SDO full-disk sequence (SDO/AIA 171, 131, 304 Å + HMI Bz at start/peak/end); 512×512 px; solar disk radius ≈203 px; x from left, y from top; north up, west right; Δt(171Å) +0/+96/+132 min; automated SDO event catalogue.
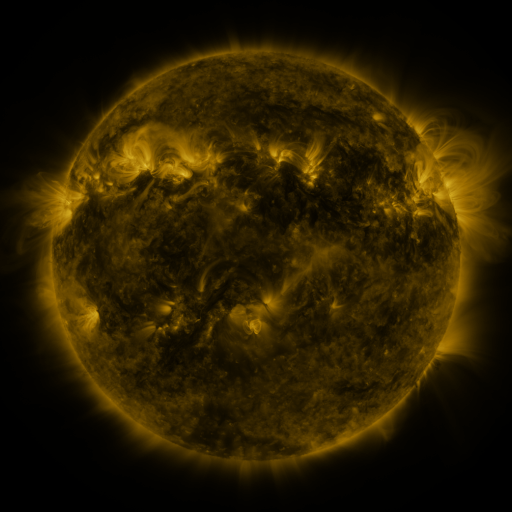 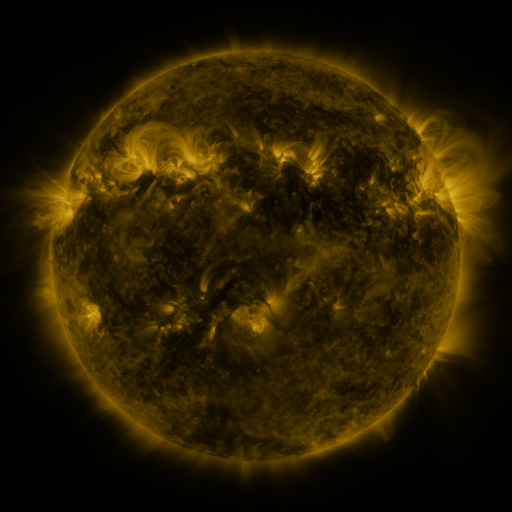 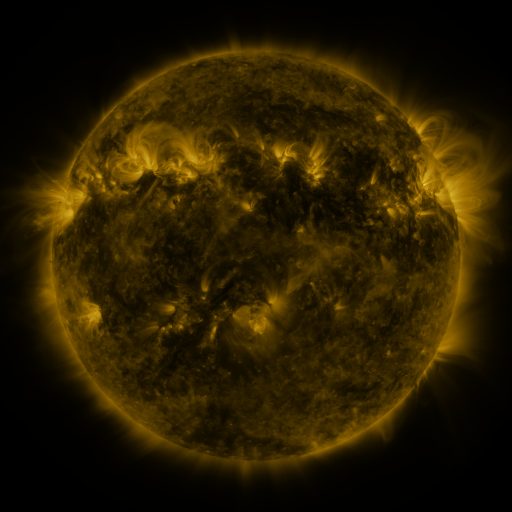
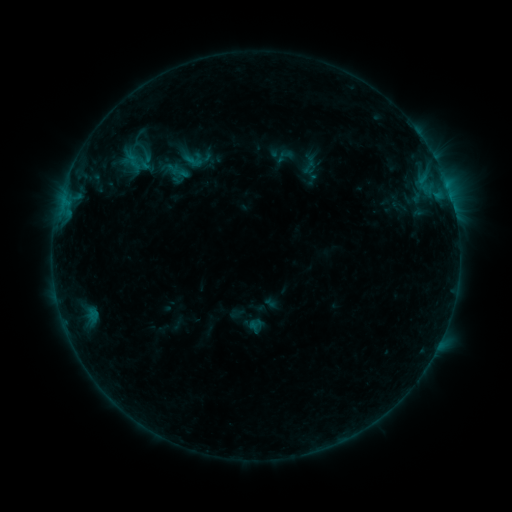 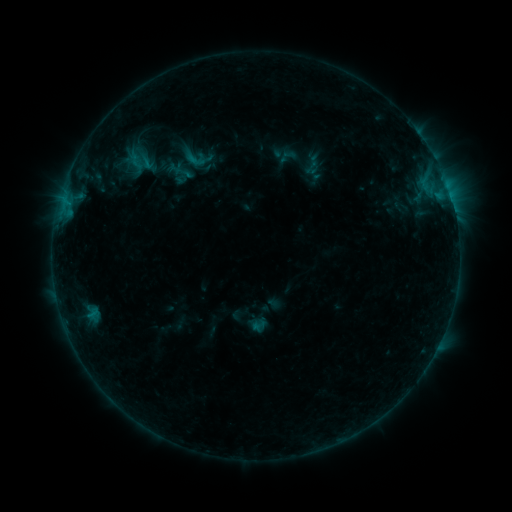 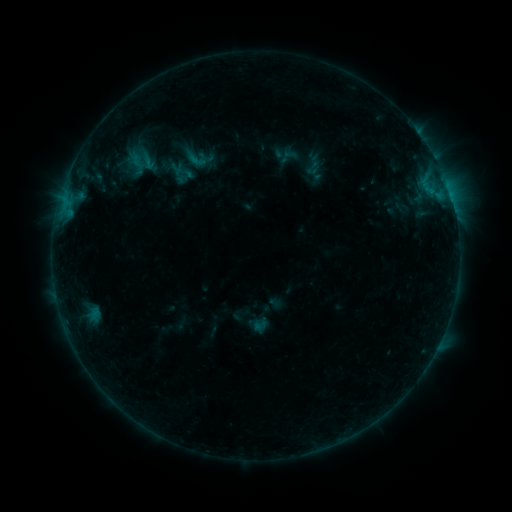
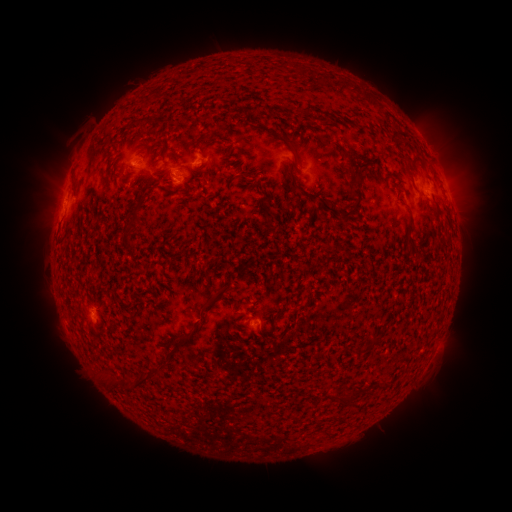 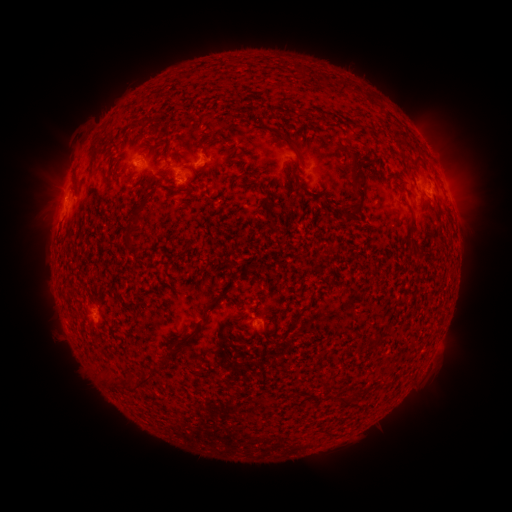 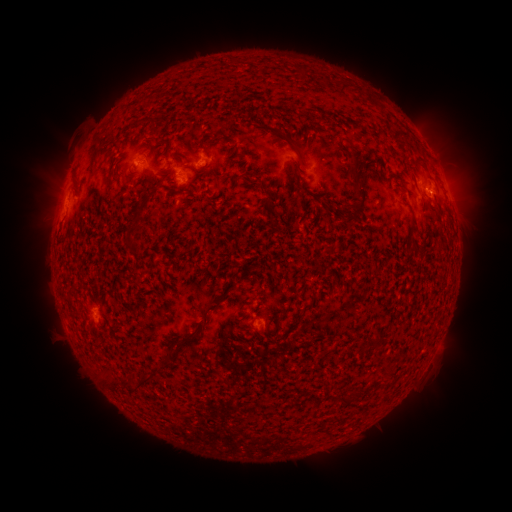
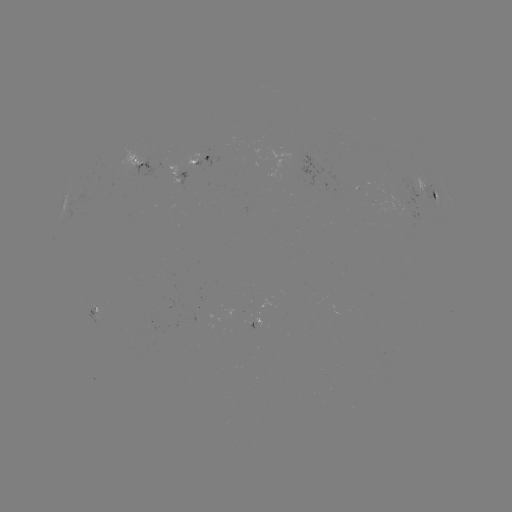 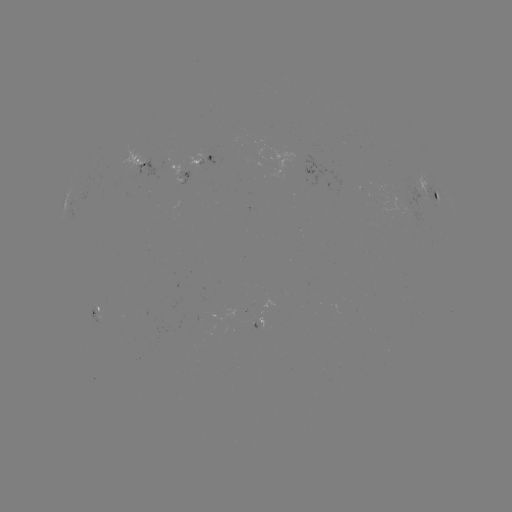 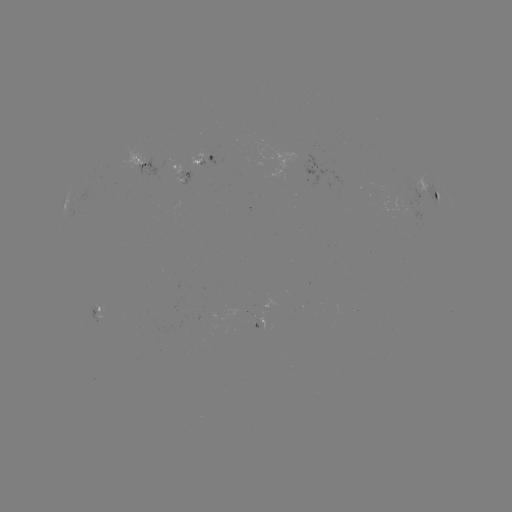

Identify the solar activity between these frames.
emerging-flux region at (416, 191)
